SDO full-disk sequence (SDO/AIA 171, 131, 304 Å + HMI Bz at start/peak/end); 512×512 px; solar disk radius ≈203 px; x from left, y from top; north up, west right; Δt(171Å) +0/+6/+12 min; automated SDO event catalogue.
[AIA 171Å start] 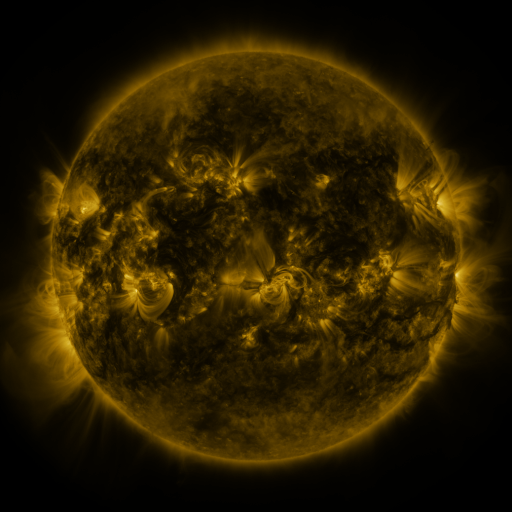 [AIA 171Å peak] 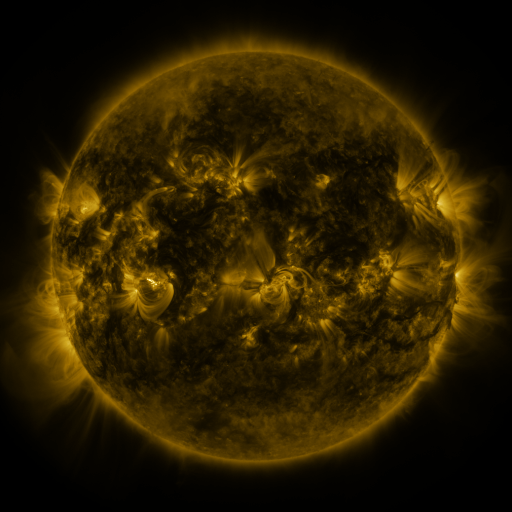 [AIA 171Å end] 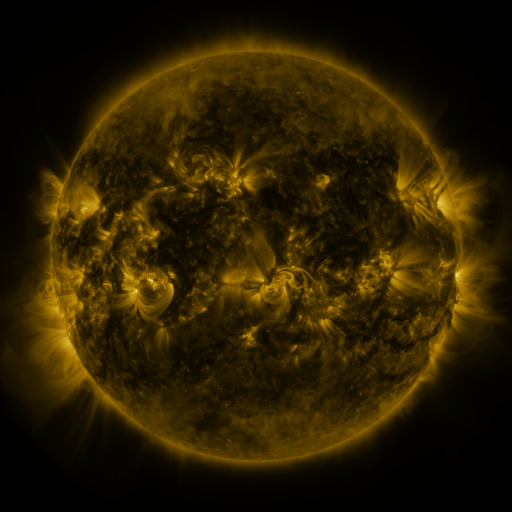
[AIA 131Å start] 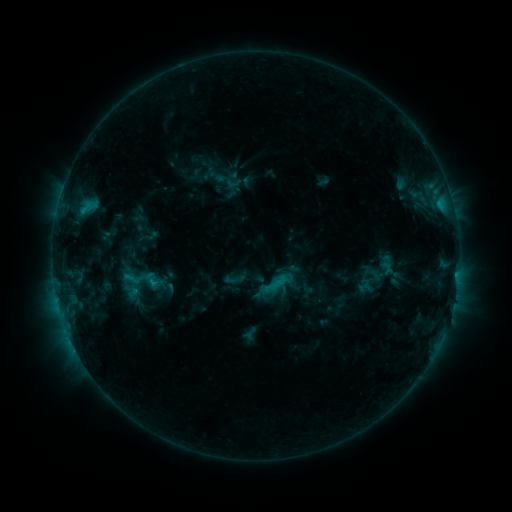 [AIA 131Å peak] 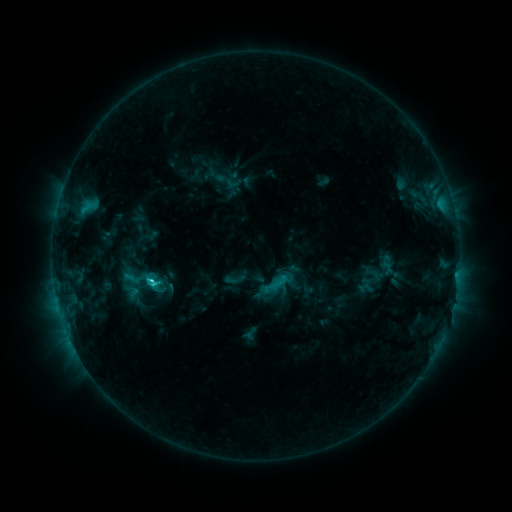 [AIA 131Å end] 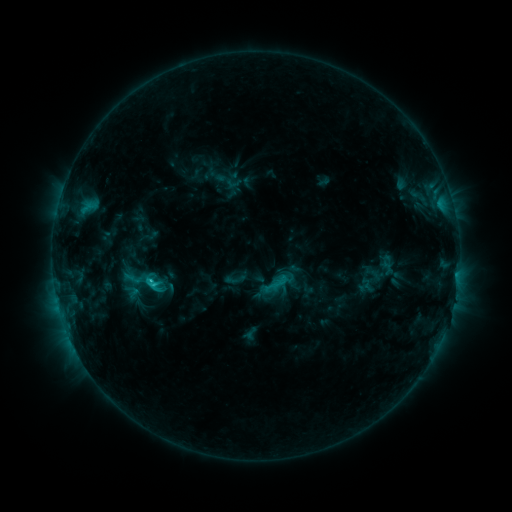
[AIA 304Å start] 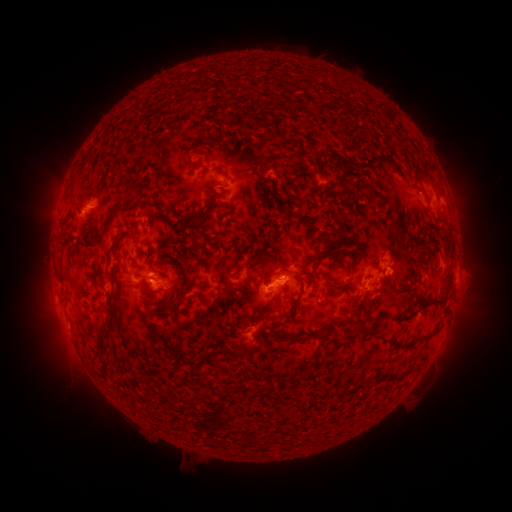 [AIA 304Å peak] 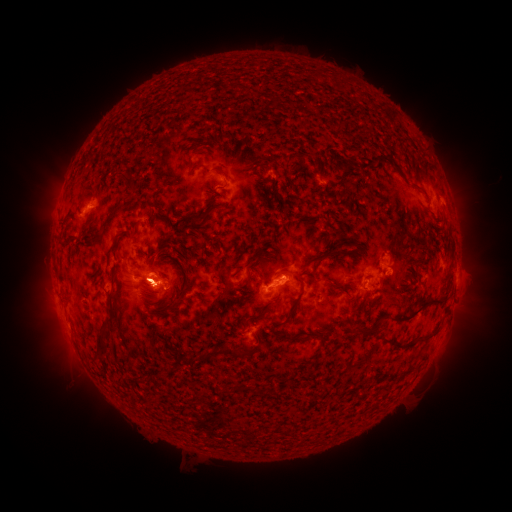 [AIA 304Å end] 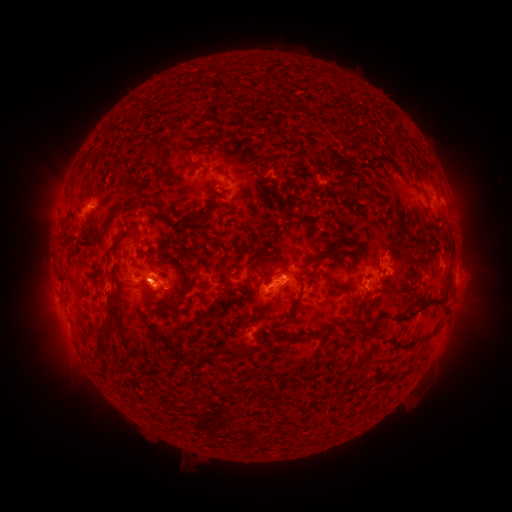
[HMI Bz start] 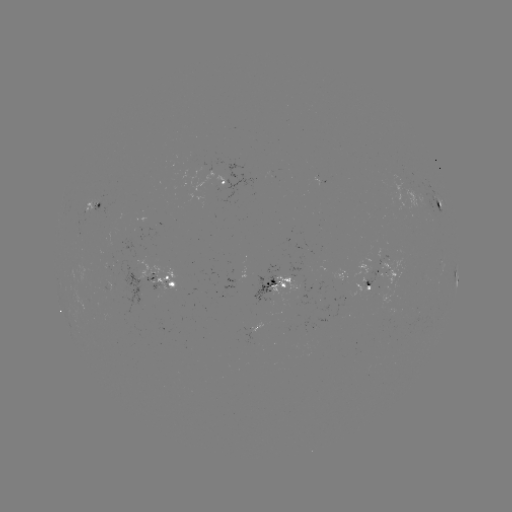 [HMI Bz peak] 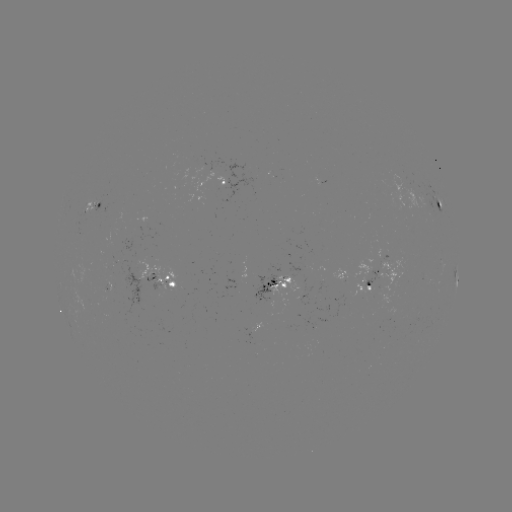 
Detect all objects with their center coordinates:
C2.3 flare: (153, 280)
